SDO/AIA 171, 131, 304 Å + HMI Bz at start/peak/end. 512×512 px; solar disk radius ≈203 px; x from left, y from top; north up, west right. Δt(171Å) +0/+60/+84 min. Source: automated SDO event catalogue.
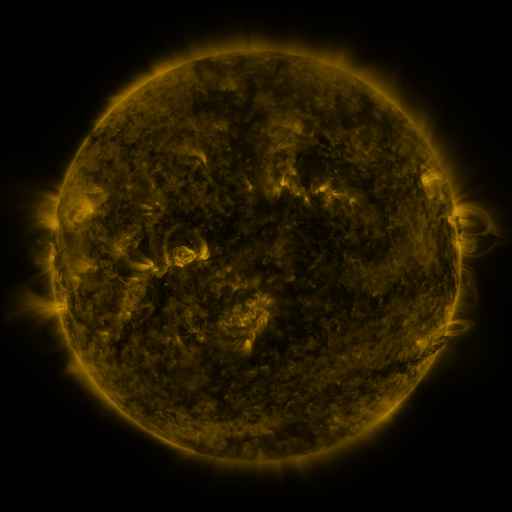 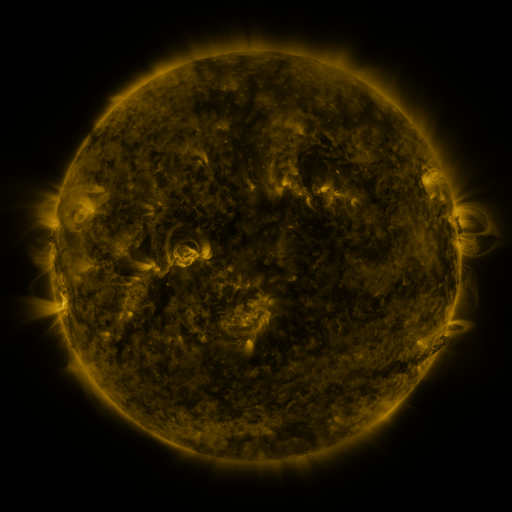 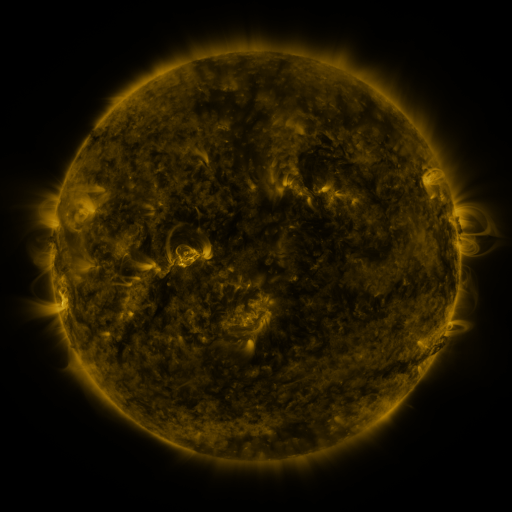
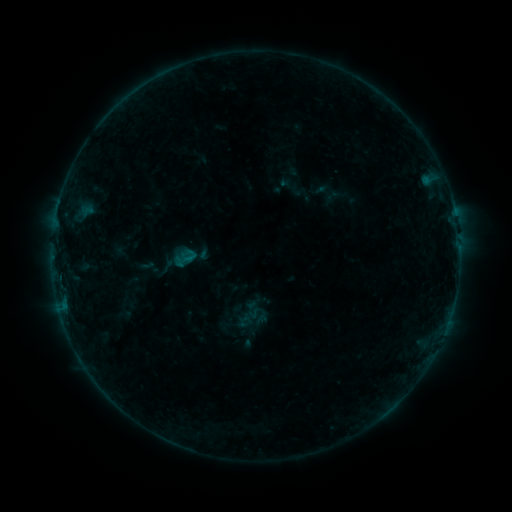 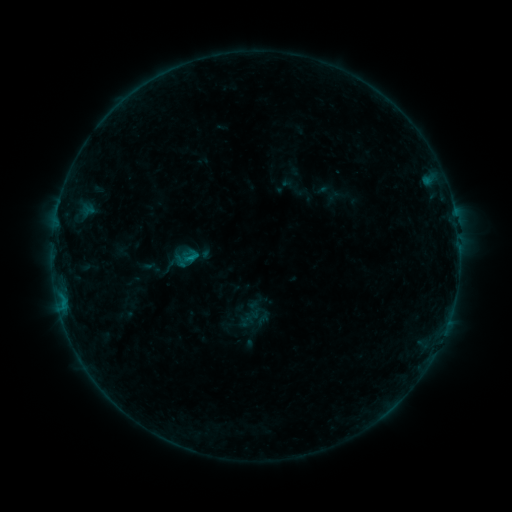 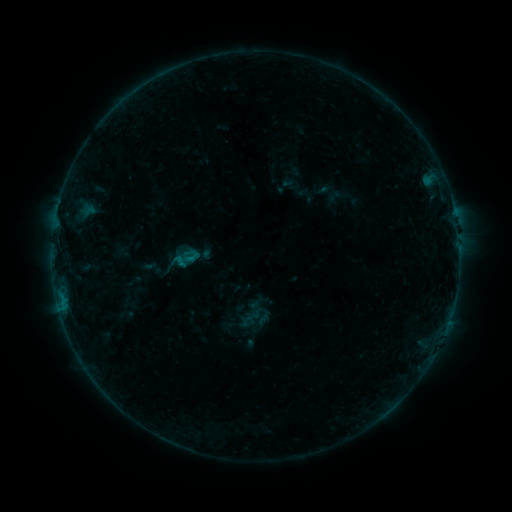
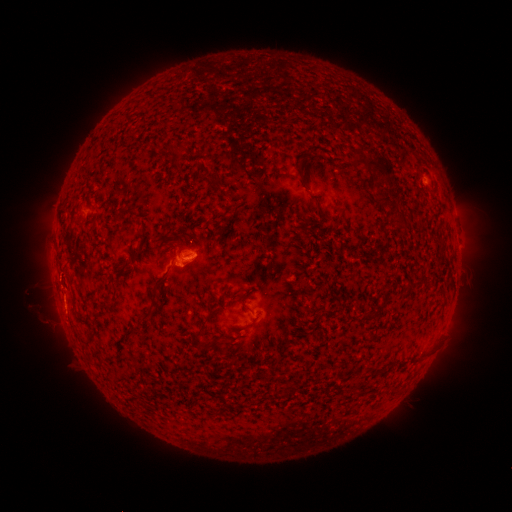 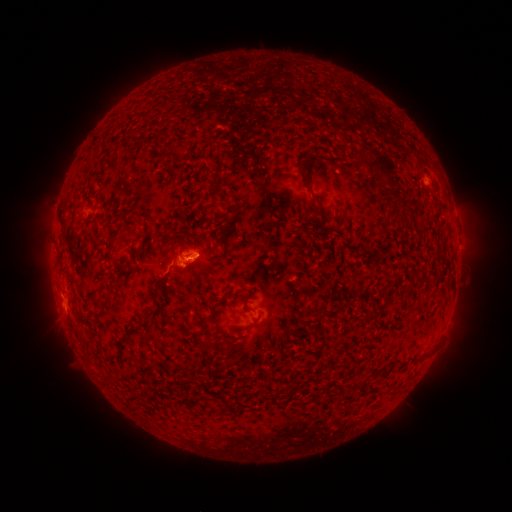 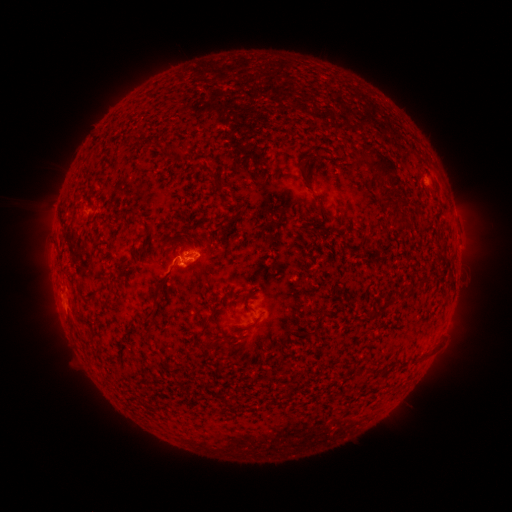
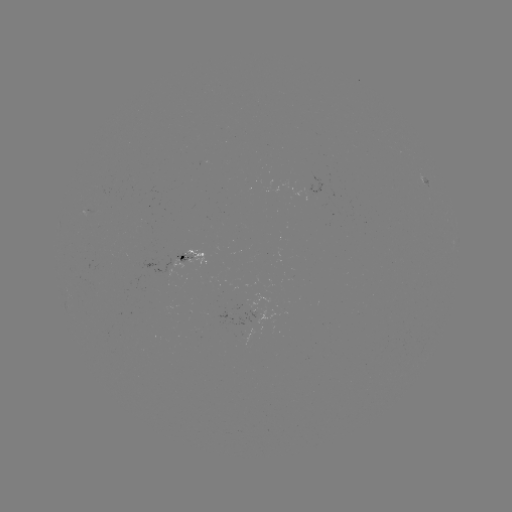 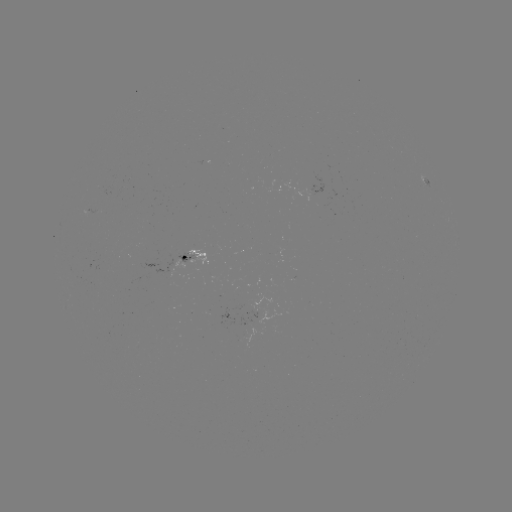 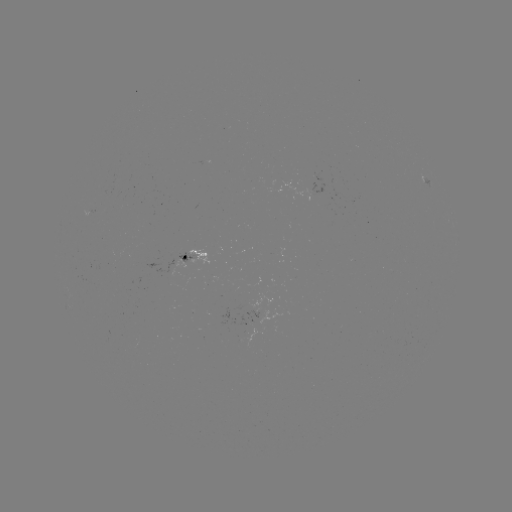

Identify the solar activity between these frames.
emerging-flux region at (313, 191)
